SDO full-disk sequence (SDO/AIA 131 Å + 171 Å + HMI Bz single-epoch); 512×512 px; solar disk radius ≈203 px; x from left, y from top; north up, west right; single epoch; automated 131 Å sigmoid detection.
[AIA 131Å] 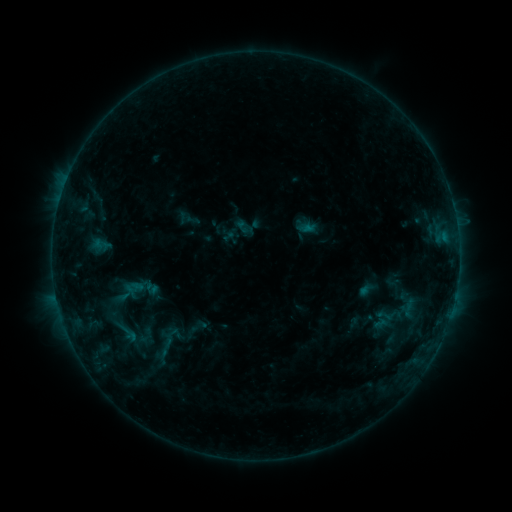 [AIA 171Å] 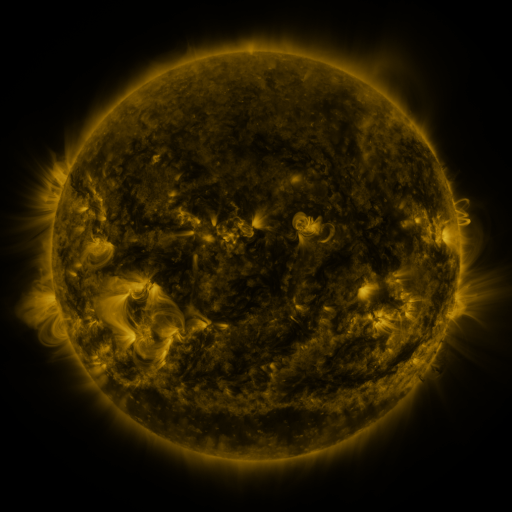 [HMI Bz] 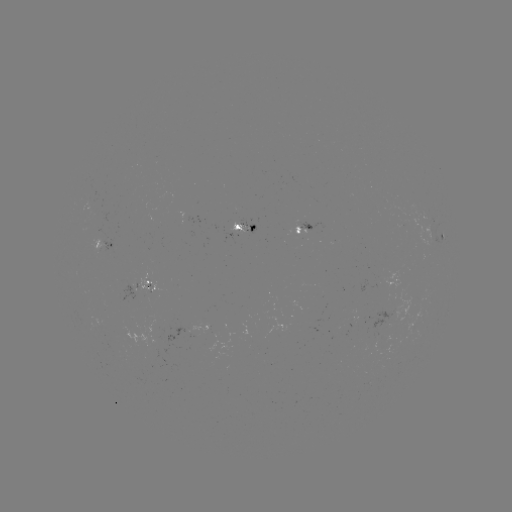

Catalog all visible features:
sigmoid: (117, 324, 144, 344)
sigmoid: (131, 325, 160, 347)
